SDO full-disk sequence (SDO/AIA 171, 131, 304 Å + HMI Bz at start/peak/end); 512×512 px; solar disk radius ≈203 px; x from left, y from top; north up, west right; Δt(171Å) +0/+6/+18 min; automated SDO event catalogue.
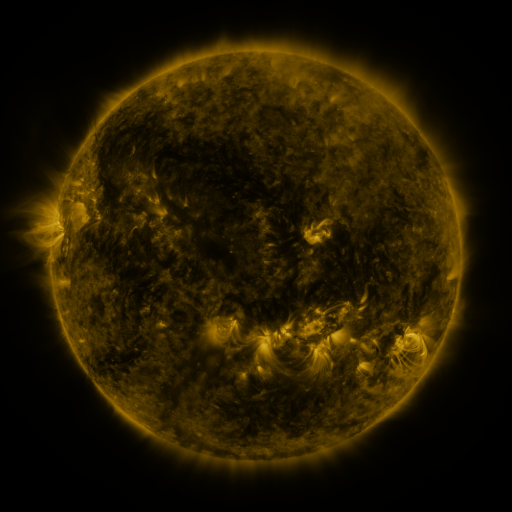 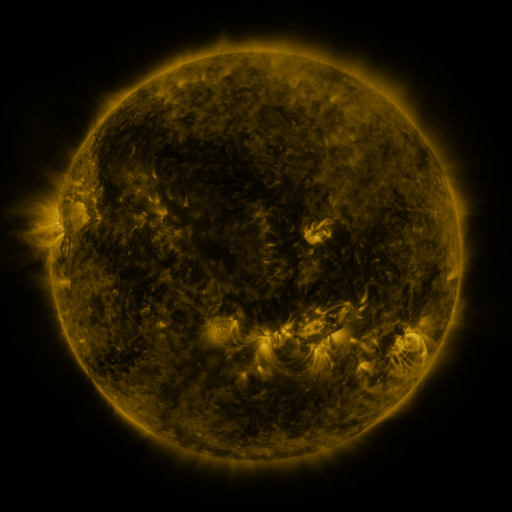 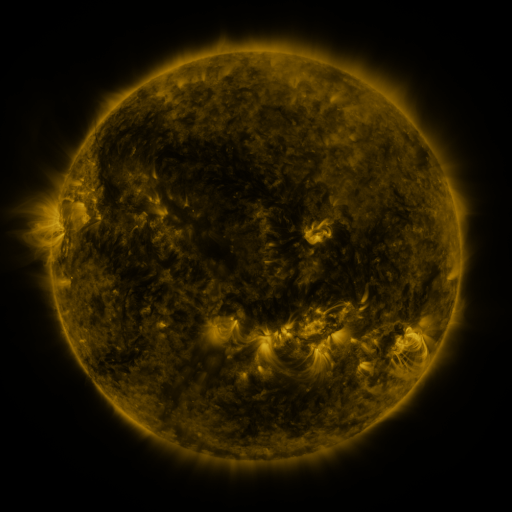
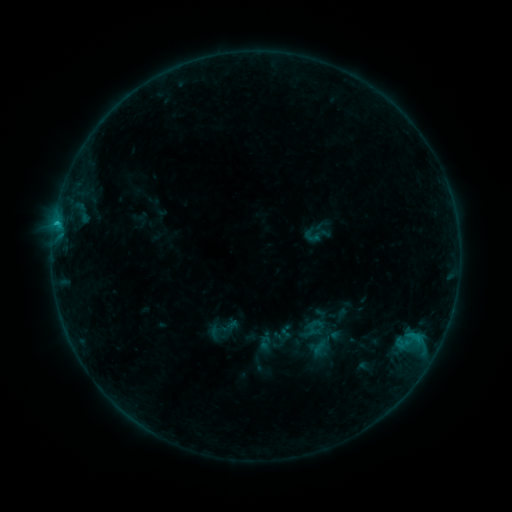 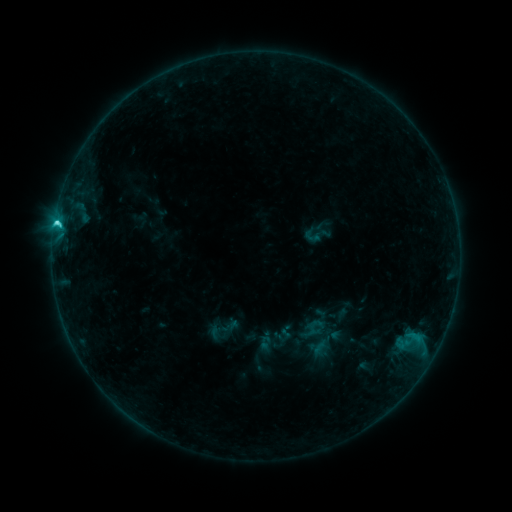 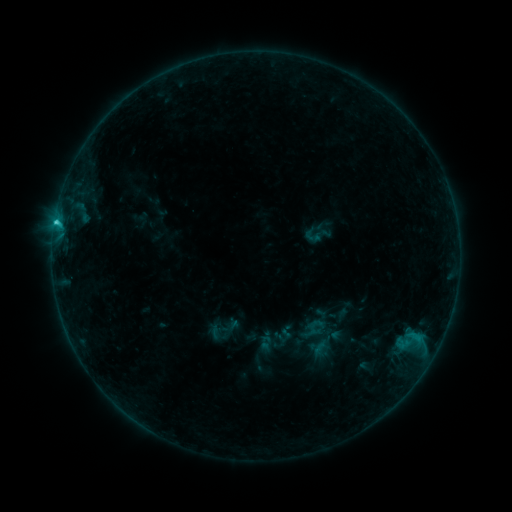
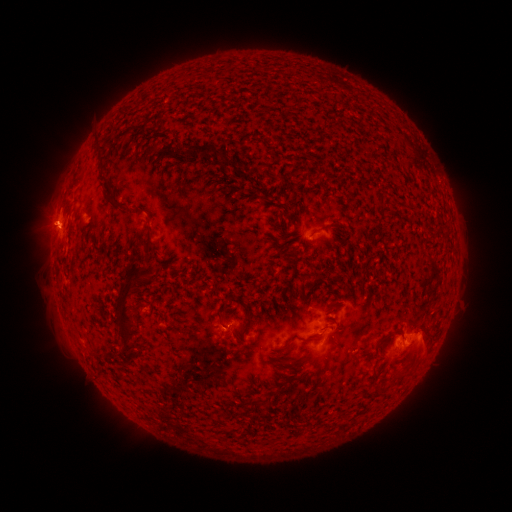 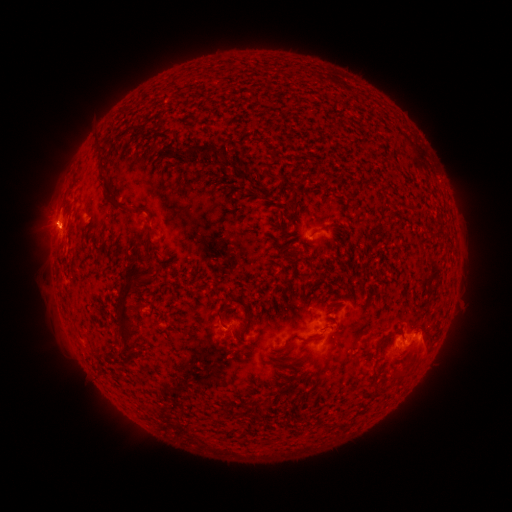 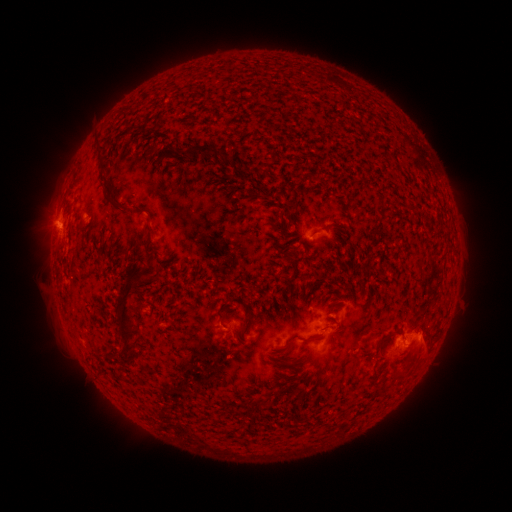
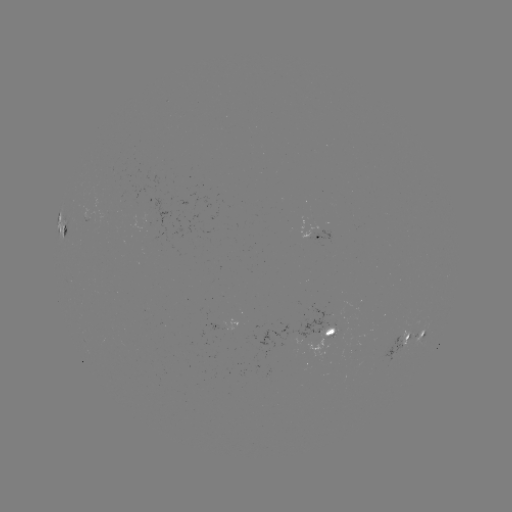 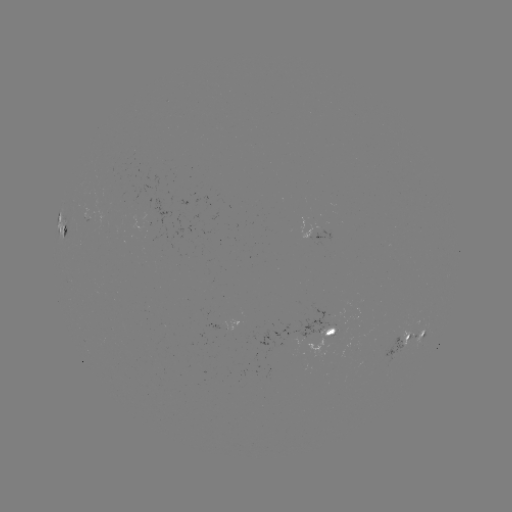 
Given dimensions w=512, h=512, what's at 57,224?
C2.8 flare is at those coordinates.